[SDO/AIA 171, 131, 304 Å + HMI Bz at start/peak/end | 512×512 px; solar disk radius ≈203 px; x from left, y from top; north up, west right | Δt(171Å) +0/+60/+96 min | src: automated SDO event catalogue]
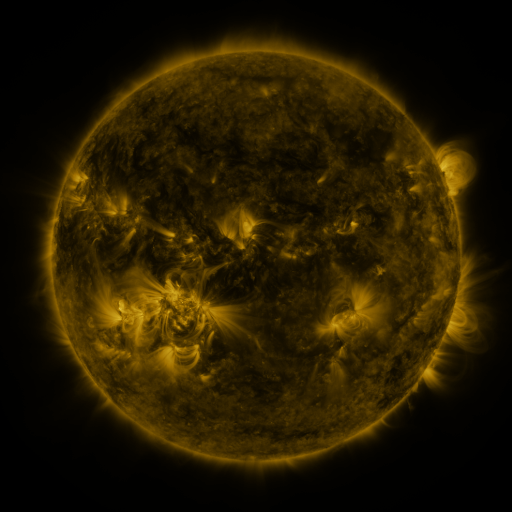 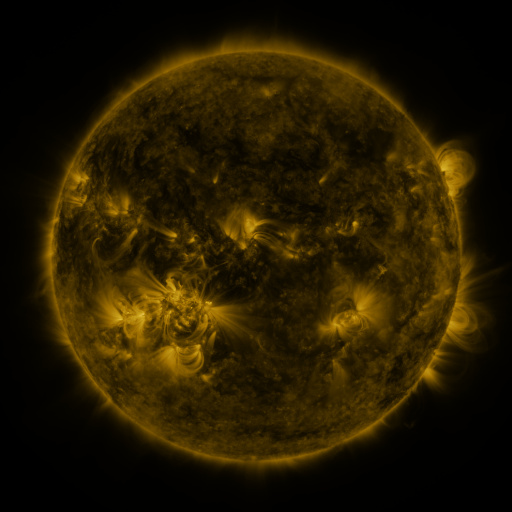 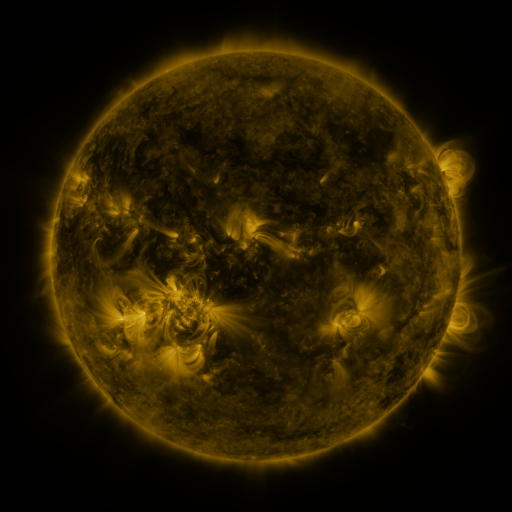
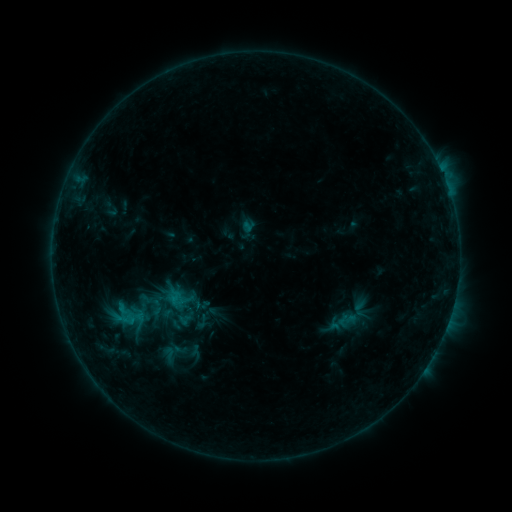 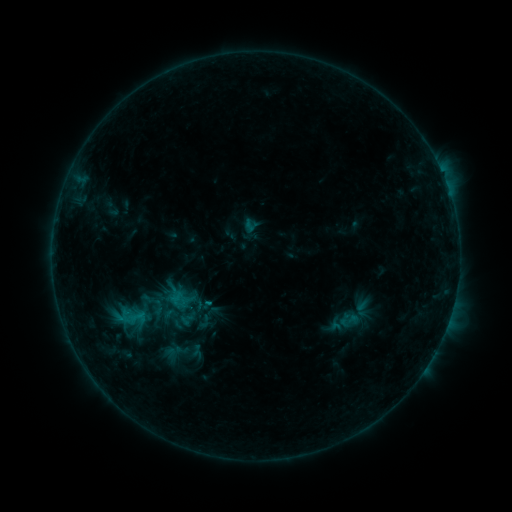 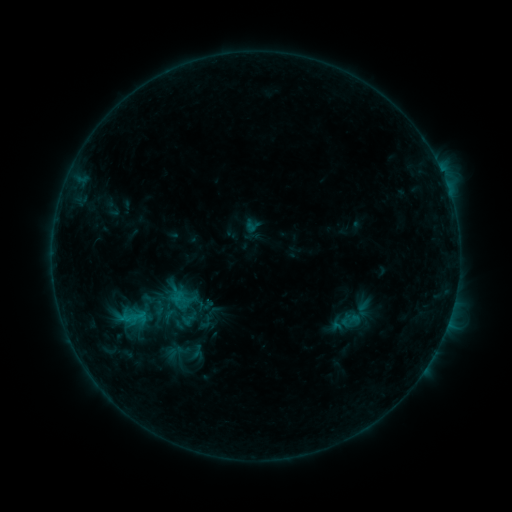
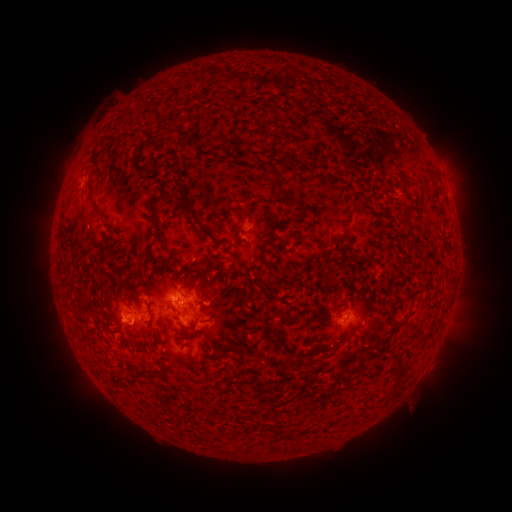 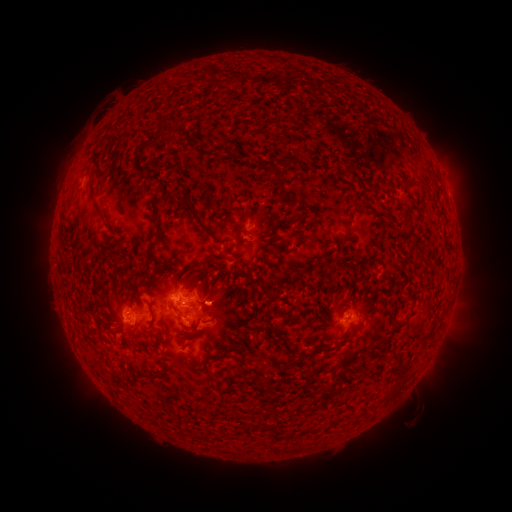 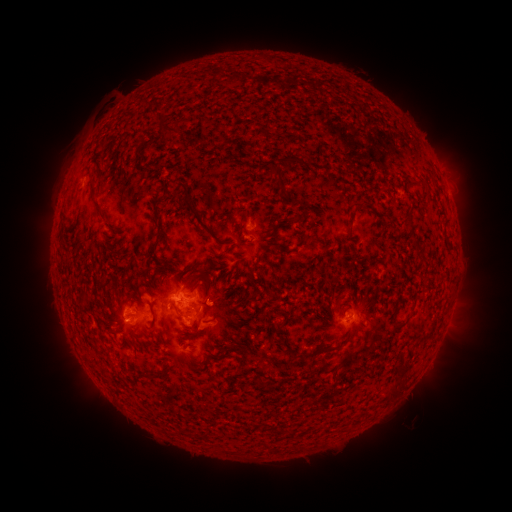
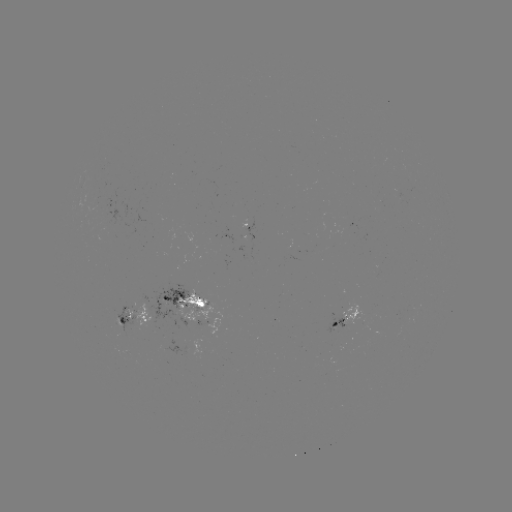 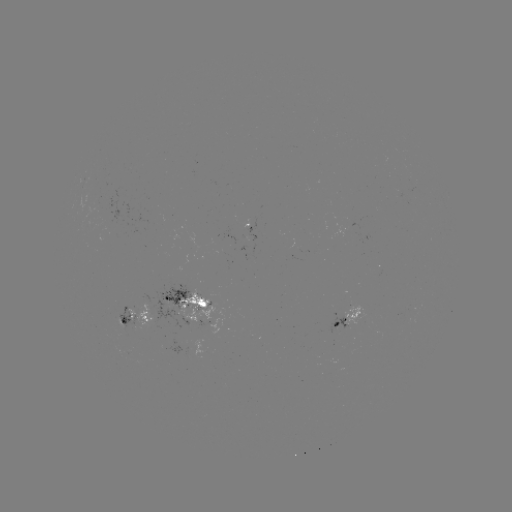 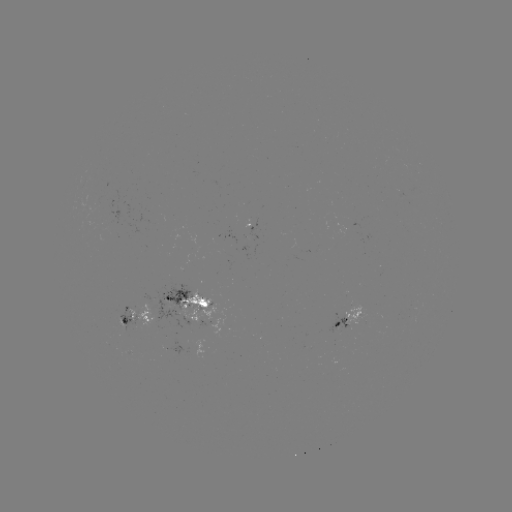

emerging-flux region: <bbox>144, 279, 192, 327</bbox>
